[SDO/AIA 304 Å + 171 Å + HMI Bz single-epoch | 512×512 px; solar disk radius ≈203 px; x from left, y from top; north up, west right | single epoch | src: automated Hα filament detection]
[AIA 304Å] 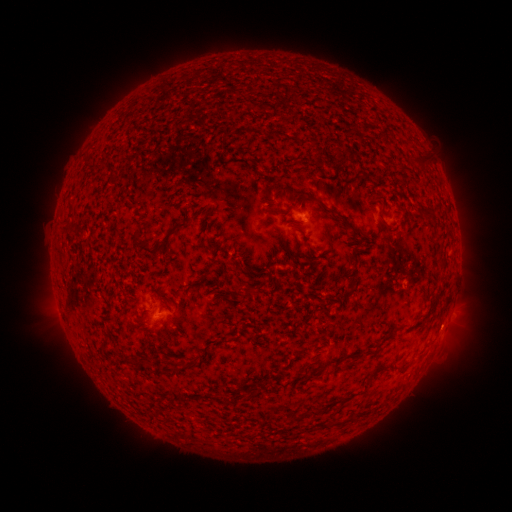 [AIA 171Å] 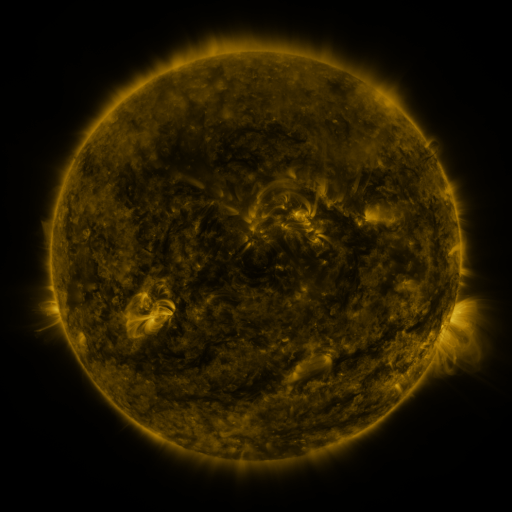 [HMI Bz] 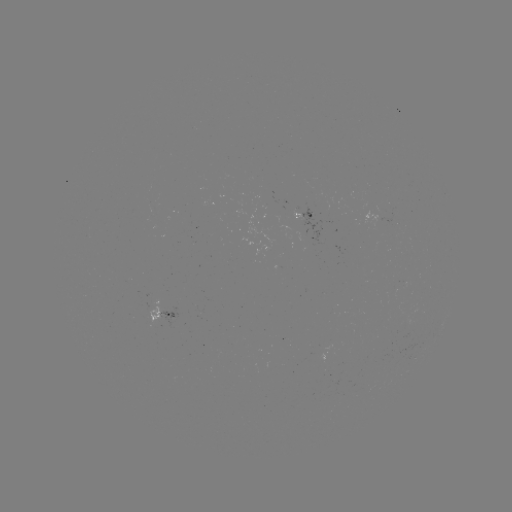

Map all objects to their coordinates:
filament: [413, 152, 429, 170]
filament: [307, 193, 364, 237]
filament: [422, 205, 433, 218]
filament: [272, 206, 291, 218]
filament: [203, 210, 211, 218]
filament: [165, 221, 182, 240]
filament: [133, 230, 142, 239]
filament: [304, 239, 314, 258]
filament: [134, 240, 165, 260]
filament: [283, 244, 290, 255]
filament: [213, 259, 223, 266]
filament: [250, 264, 266, 275]
filament: [232, 265, 244, 274]
filament: [440, 292, 450, 312]
filament: [313, 318, 321, 329]
filament: [387, 324, 398, 336]
filament: [129, 357, 139, 368]
